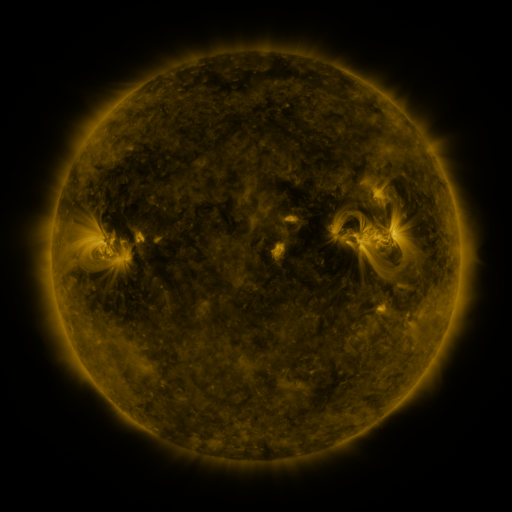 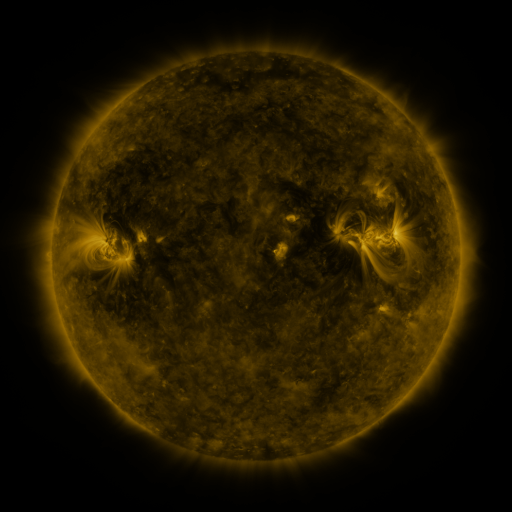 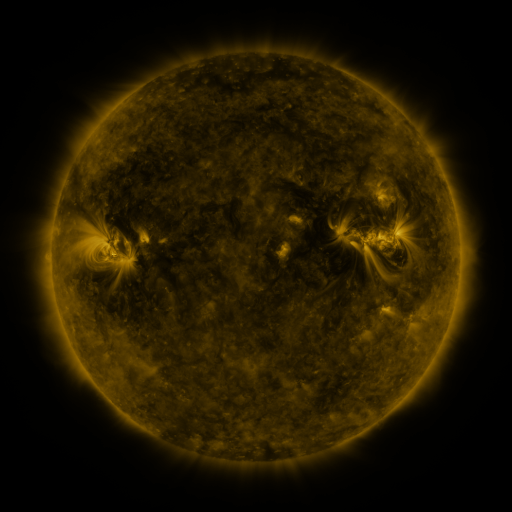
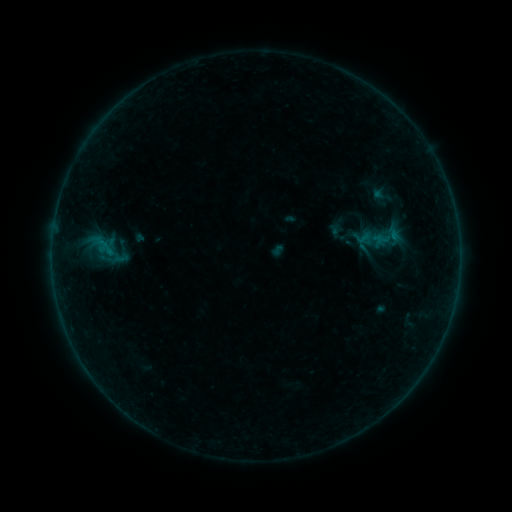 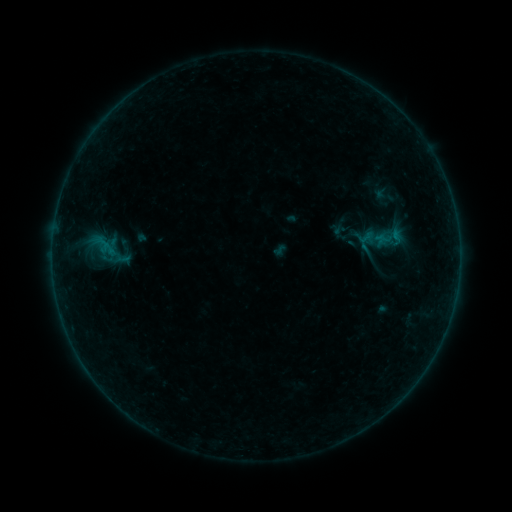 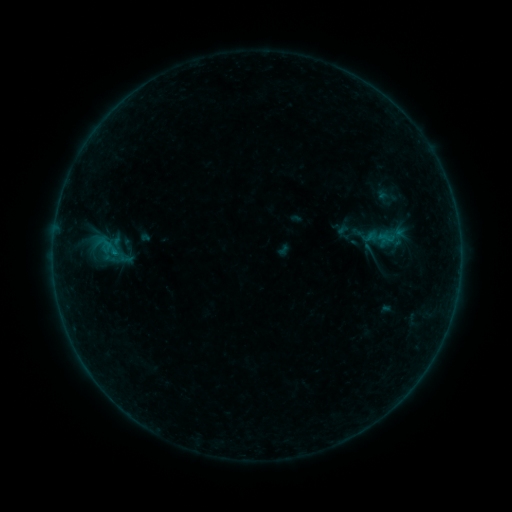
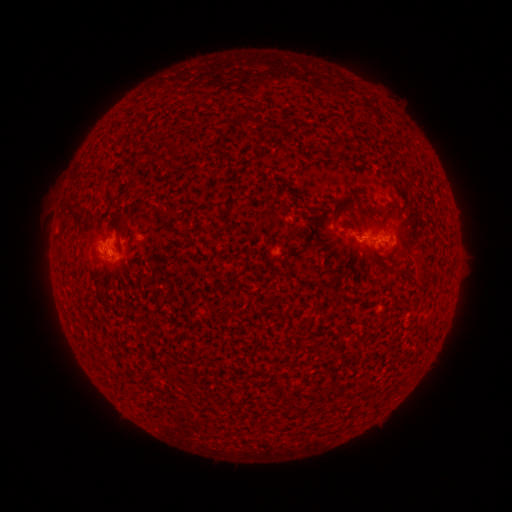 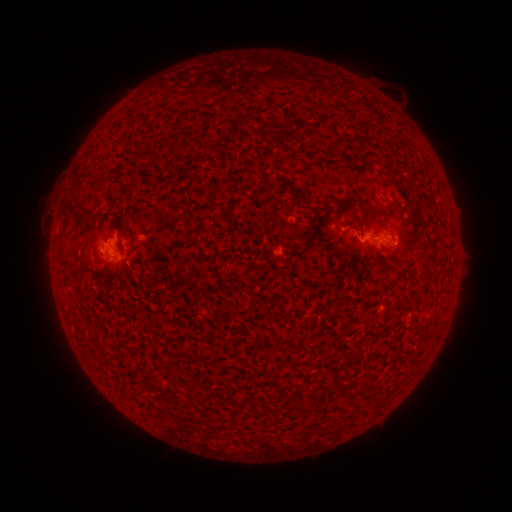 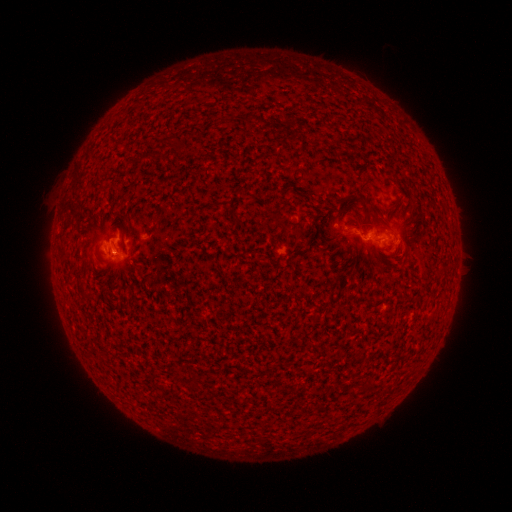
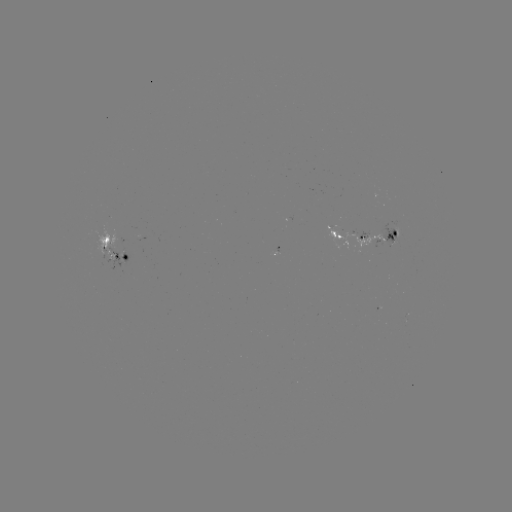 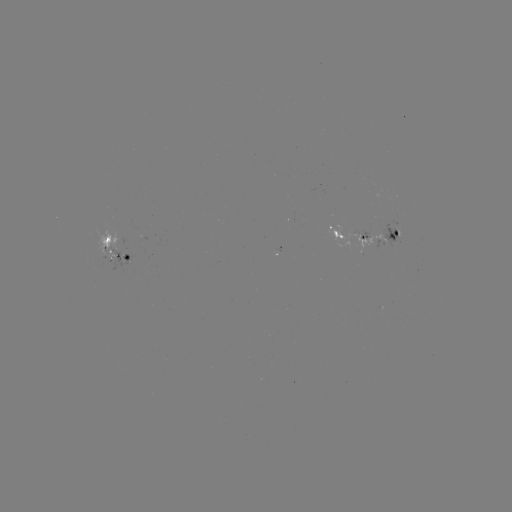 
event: emerging-flux region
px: (393, 239)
